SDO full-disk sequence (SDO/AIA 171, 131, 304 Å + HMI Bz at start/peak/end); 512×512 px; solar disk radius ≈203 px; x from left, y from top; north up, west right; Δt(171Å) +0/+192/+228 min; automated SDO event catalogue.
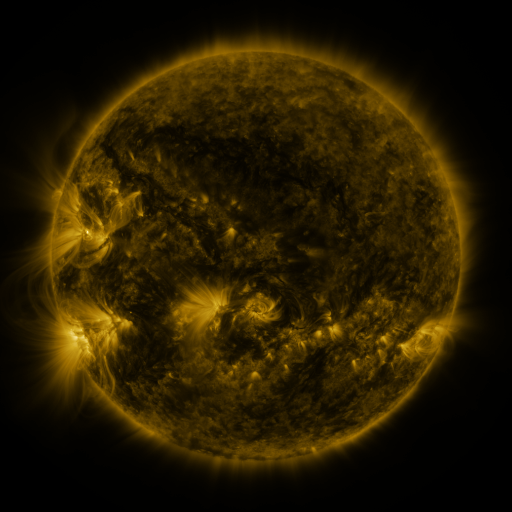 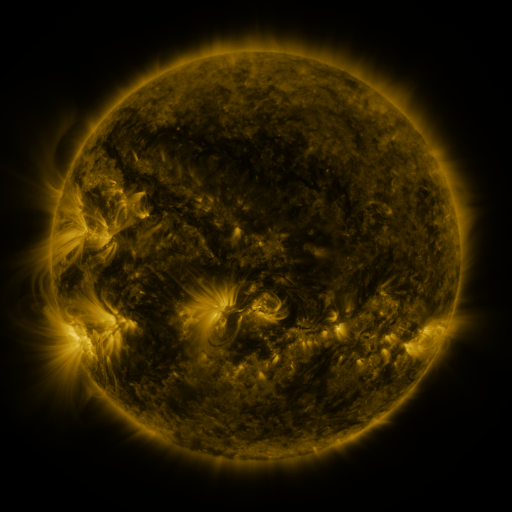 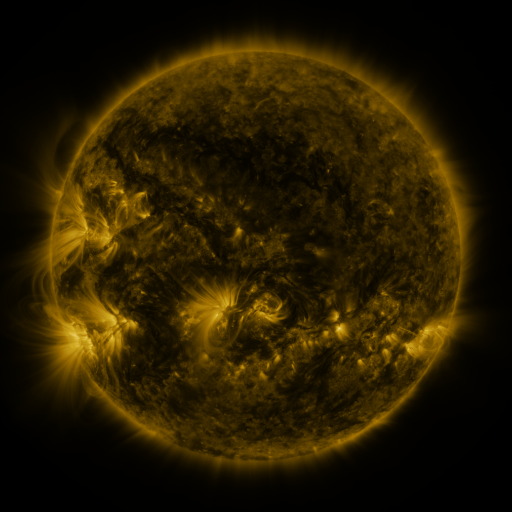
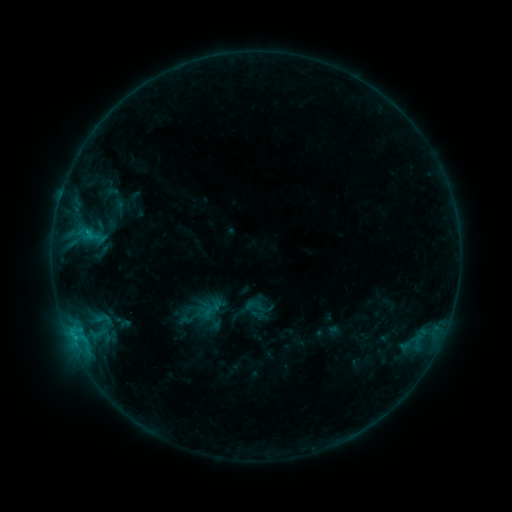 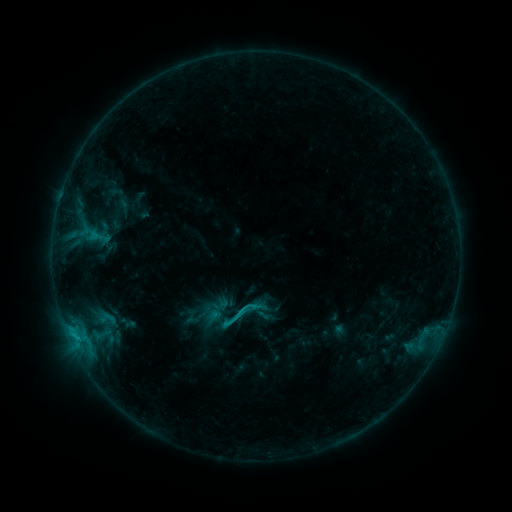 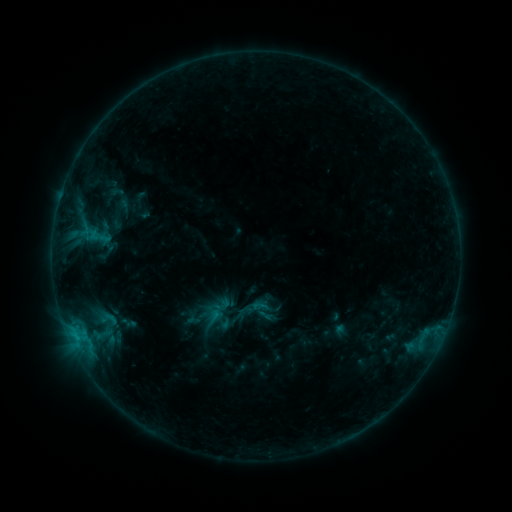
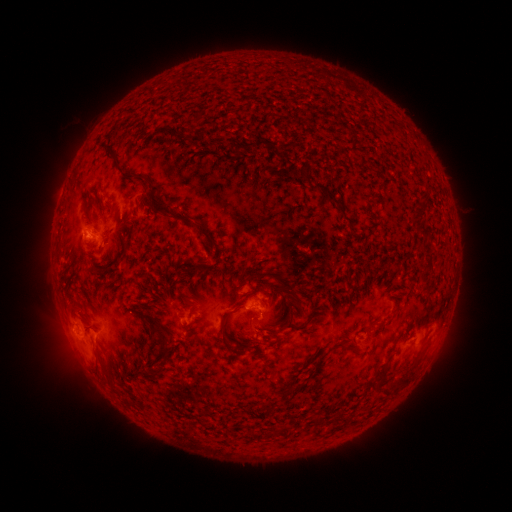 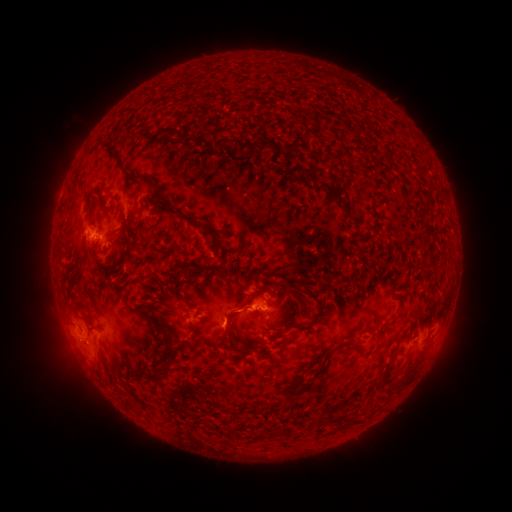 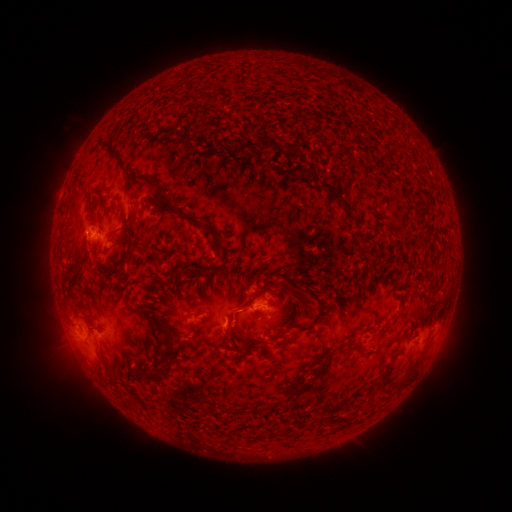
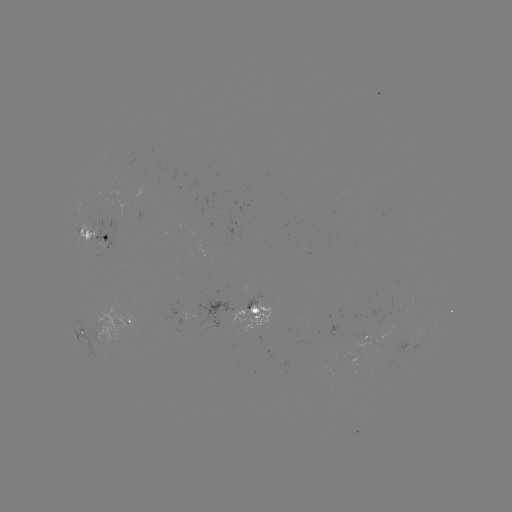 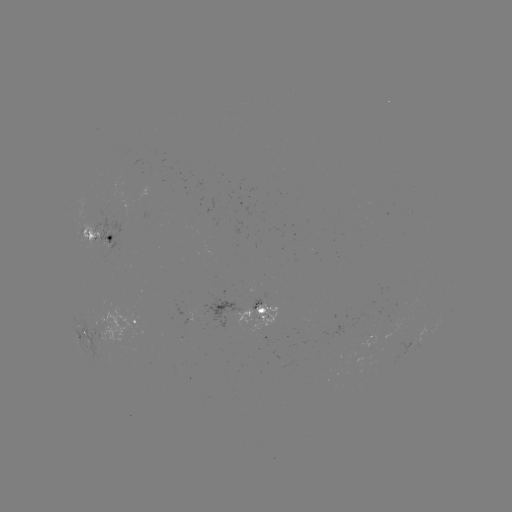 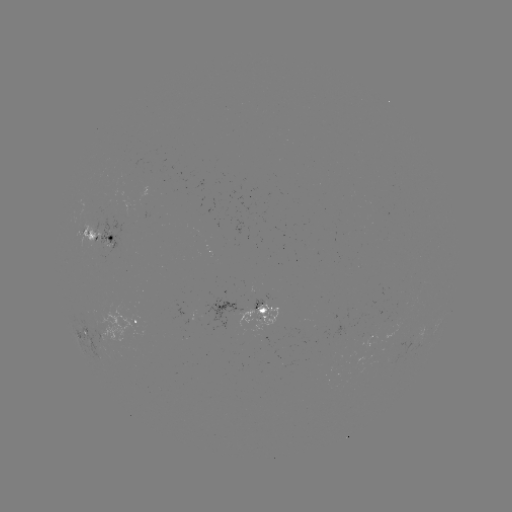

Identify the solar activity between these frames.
emerging-flux region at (92, 231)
